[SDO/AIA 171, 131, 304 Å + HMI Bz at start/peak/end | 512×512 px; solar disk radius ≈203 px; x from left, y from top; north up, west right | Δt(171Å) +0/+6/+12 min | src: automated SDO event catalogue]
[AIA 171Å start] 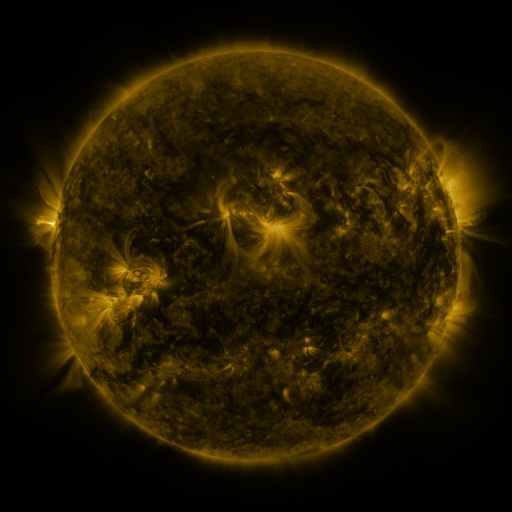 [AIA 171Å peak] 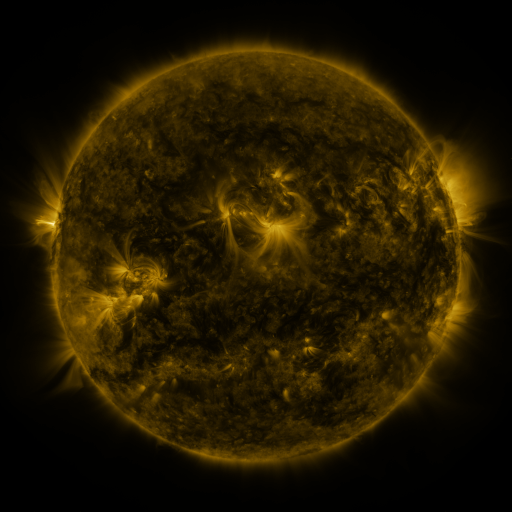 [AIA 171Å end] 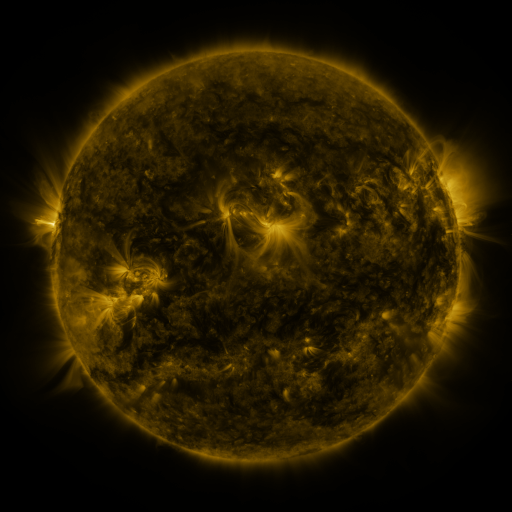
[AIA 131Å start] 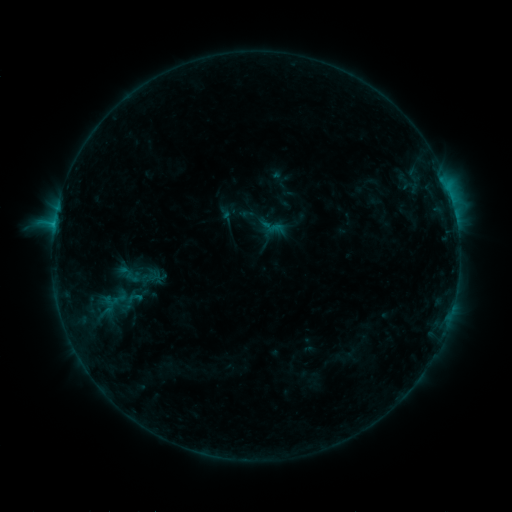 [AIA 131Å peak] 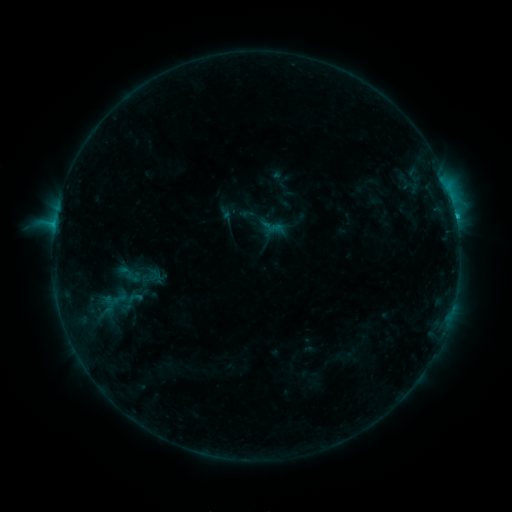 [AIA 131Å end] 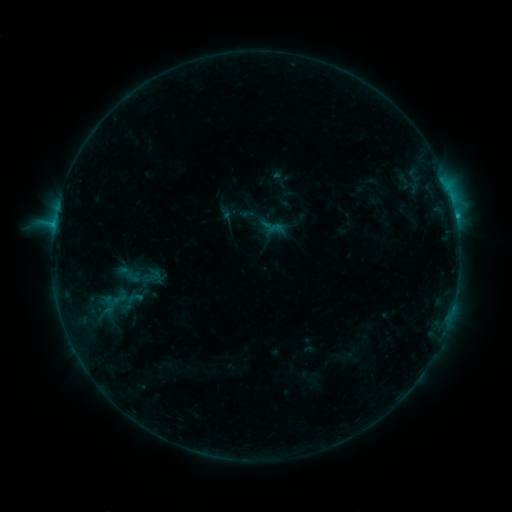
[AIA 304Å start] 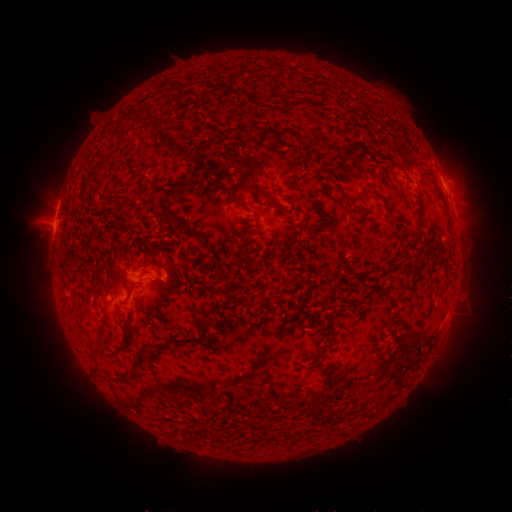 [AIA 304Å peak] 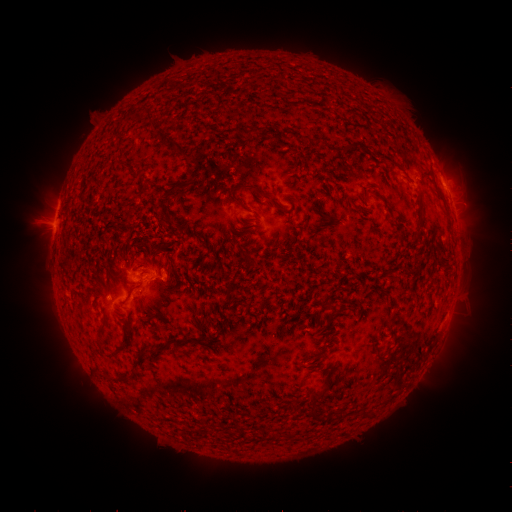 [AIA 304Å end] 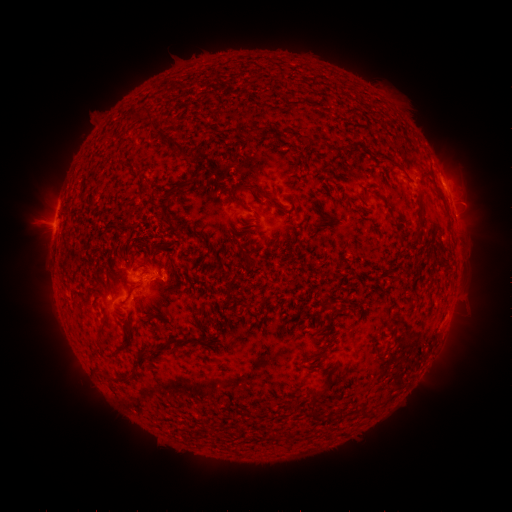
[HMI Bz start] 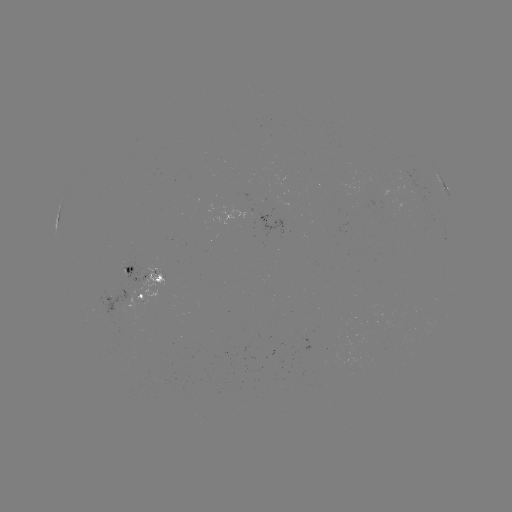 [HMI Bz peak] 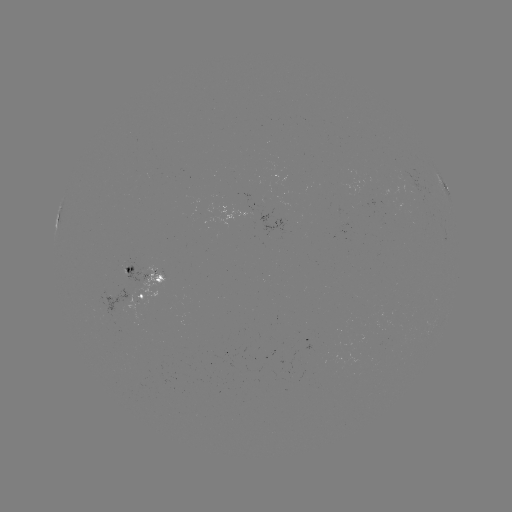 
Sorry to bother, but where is C1.4 flare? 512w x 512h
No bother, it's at [455, 217].